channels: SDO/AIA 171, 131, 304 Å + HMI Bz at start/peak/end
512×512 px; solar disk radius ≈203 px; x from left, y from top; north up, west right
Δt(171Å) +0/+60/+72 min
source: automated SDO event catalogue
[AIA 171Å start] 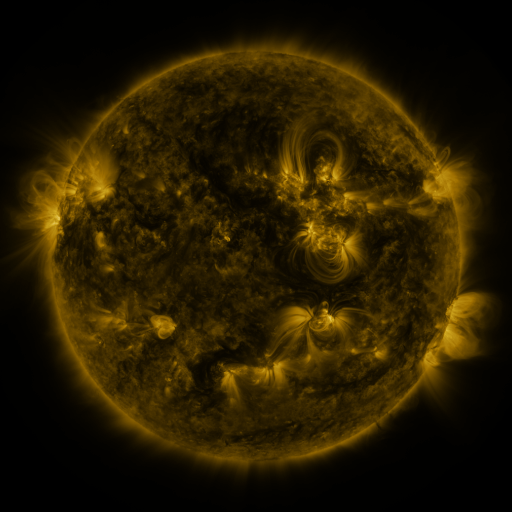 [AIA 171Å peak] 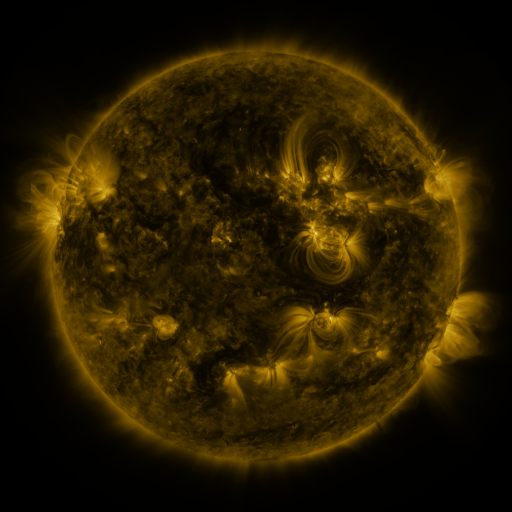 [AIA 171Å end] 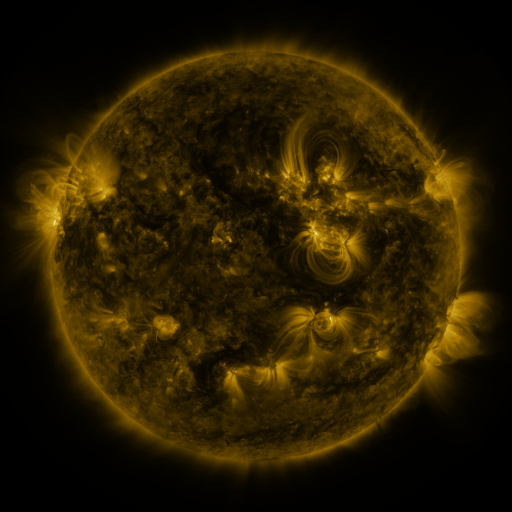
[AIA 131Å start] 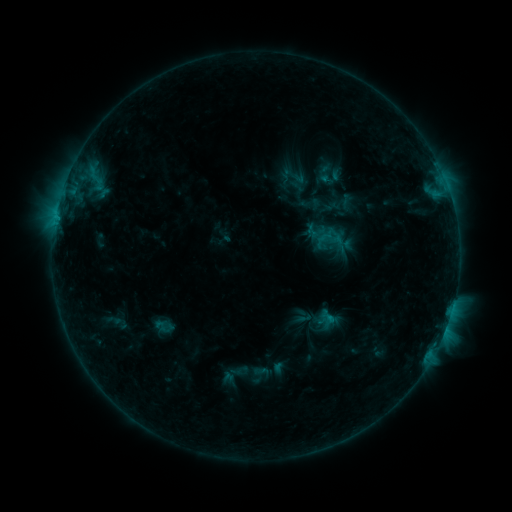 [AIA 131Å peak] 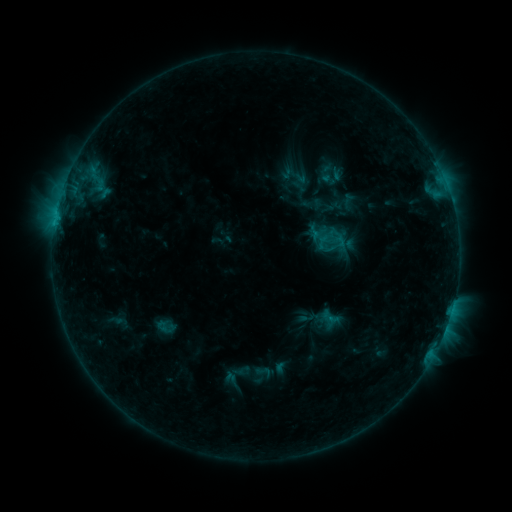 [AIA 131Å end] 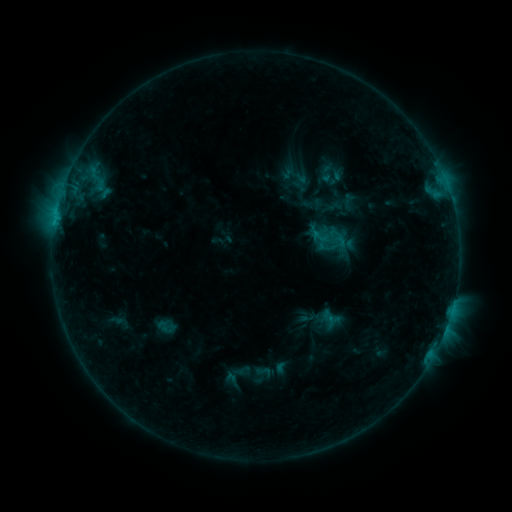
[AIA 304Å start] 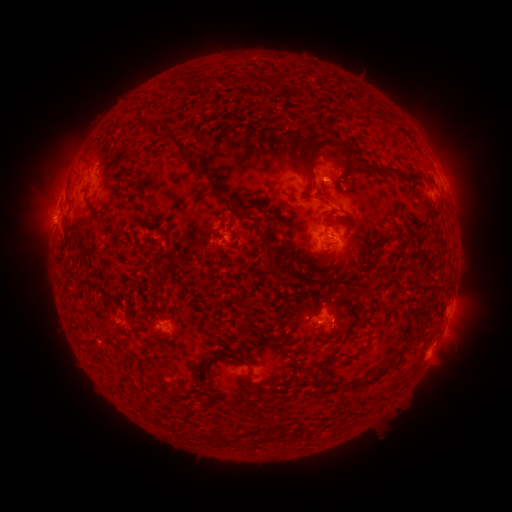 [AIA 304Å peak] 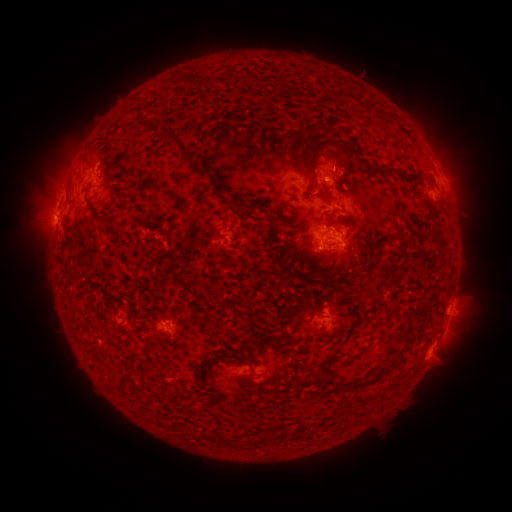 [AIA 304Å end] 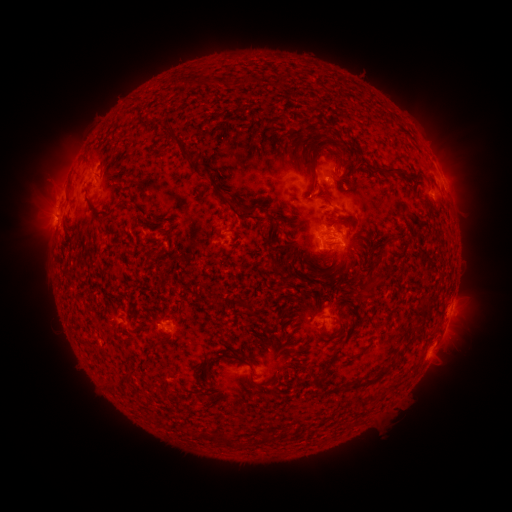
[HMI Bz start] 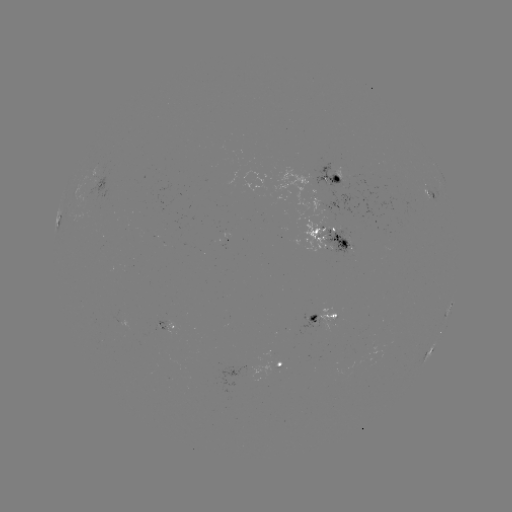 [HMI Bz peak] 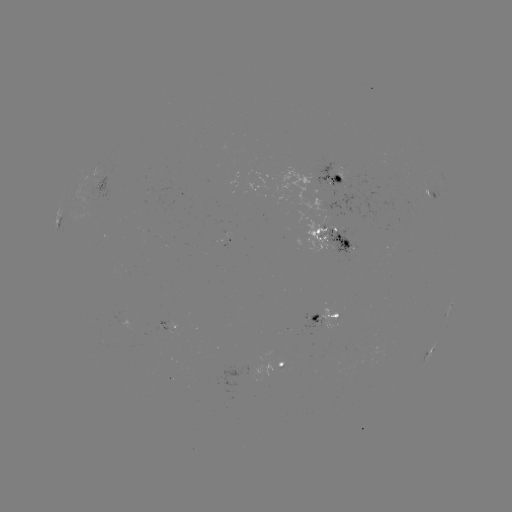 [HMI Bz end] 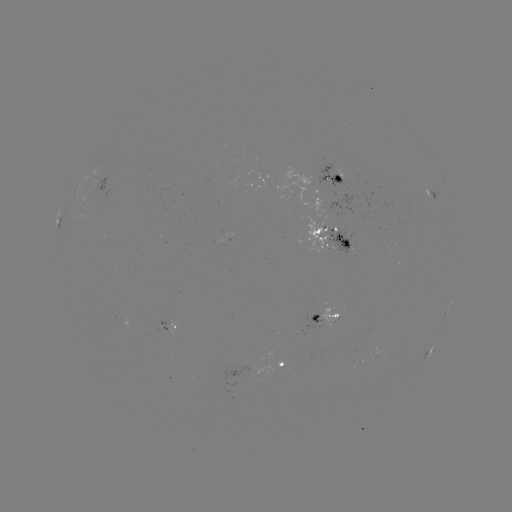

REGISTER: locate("emerging-flux region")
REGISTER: [319, 235]